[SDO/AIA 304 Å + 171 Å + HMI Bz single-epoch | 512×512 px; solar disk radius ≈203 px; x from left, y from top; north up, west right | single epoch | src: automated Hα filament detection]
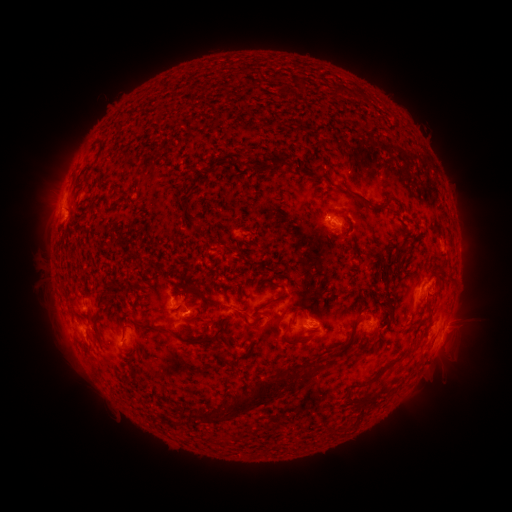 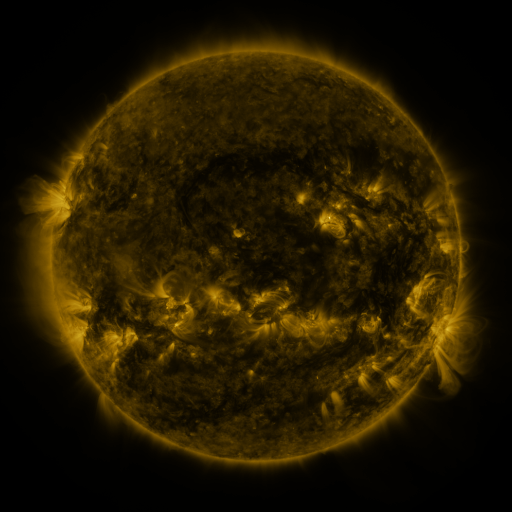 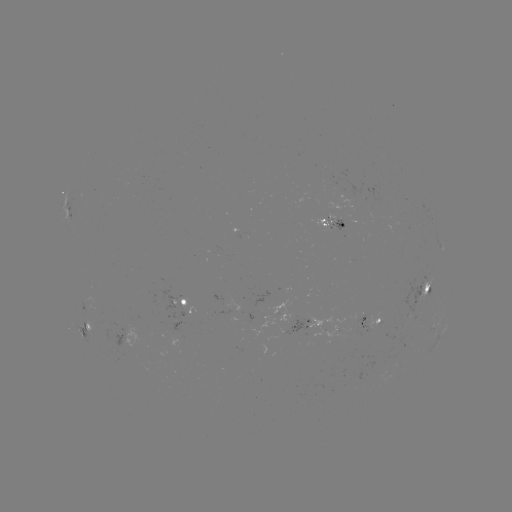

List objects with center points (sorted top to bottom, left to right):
filament: <bbox>197, 85, 207, 96</bbox>
filament: <bbox>302, 119, 339, 148</bbox>
filament: <bbox>358, 148, 368, 158</bbox>
filament: <bbox>283, 151, 316, 177</bbox>
filament: <bbox>306, 173, 335, 189</bbox>
filament: <bbox>380, 224, 402, 246</bbox>
filament: <bbox>395, 243, 409, 253</bbox>
filament: <bbox>234, 264, 288, 312</bbox>
filament: <bbox>446, 266, 453, 280</bbox>
filament: <bbox>170, 283, 191, 298</bbox>
filament: <bbox>97, 294, 106, 311</bbox>
filament: <bbox>157, 307, 168, 319</bbox>
filament: <bbox>293, 308, 301, 318</bbox>
filament: <bbox>244, 311, 266, 331</bbox>
filament: <bbox>324, 318, 360, 363</bbox>
filament: <bbox>134, 322, 190, 344</bbox>
filament: <bbox>266, 323, 277, 334</bbox>
filament: <bbox>122, 326, 128, 338</bbox>
filament: <bbox>304, 358, 315, 366</bbox>
filament: <bbox>350, 389, 396, 428</bbox>
filament: <bbox>294, 398, 317, 429</bbox>
filament: <bbox>205, 410, 224, 420</bbox>
filament: <bbox>318, 421, 347, 441</bbox>
filament: <bbox>276, 430, 311, 452</bbox>
